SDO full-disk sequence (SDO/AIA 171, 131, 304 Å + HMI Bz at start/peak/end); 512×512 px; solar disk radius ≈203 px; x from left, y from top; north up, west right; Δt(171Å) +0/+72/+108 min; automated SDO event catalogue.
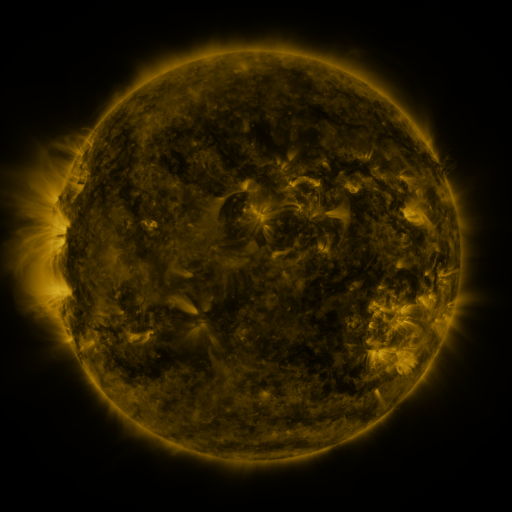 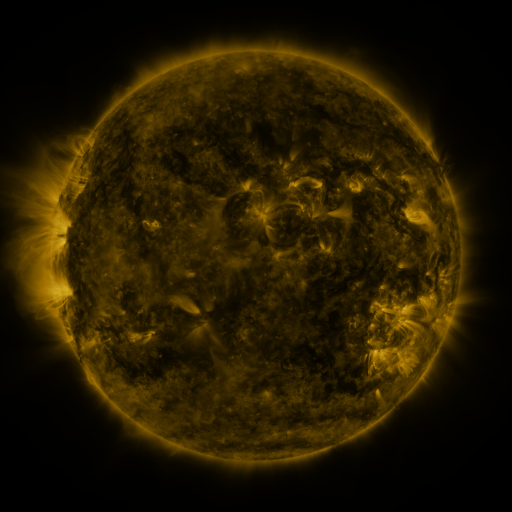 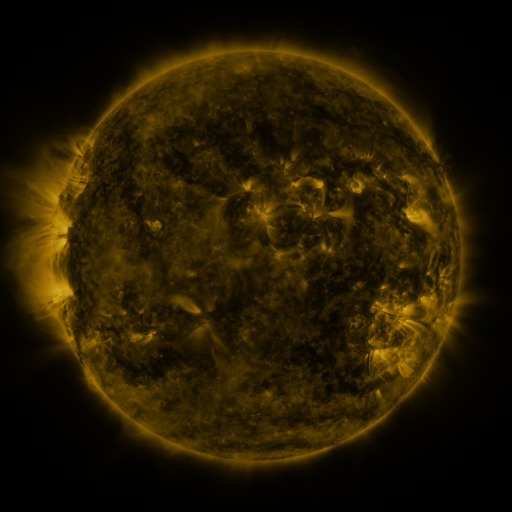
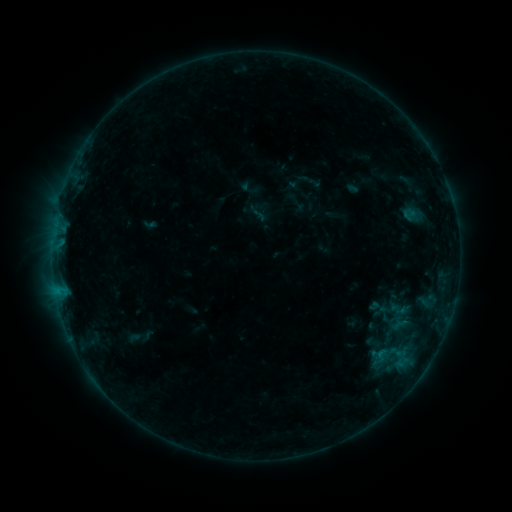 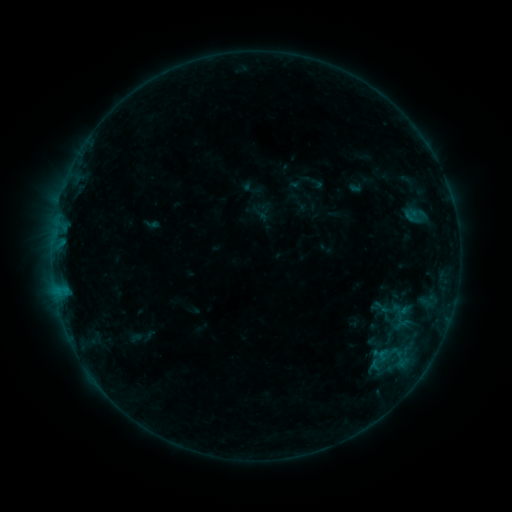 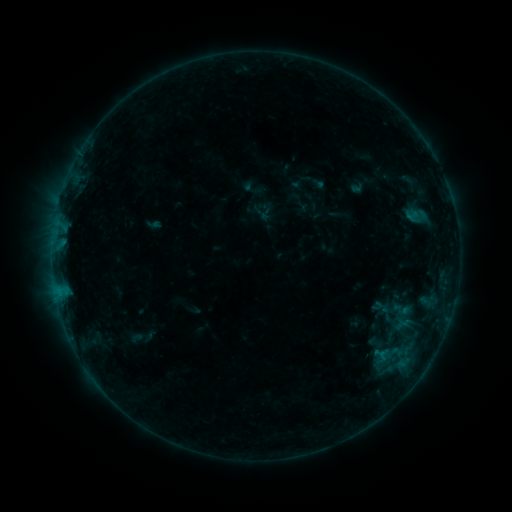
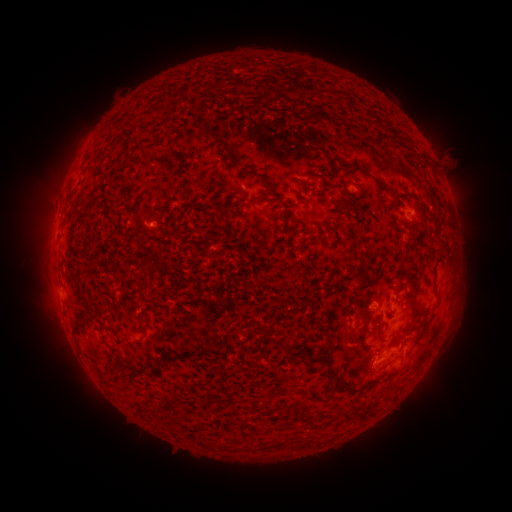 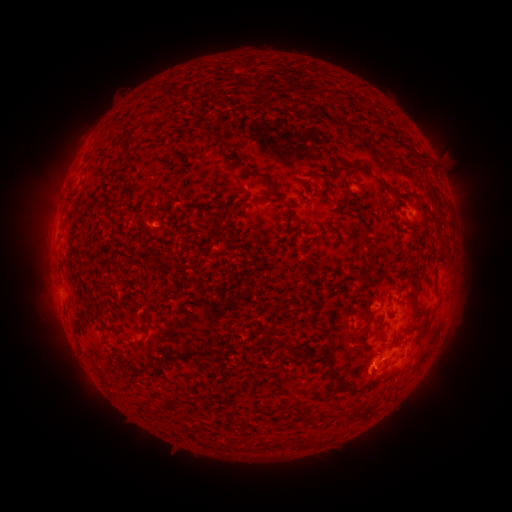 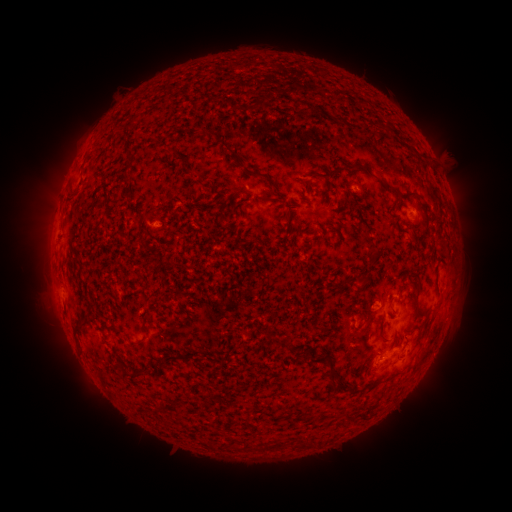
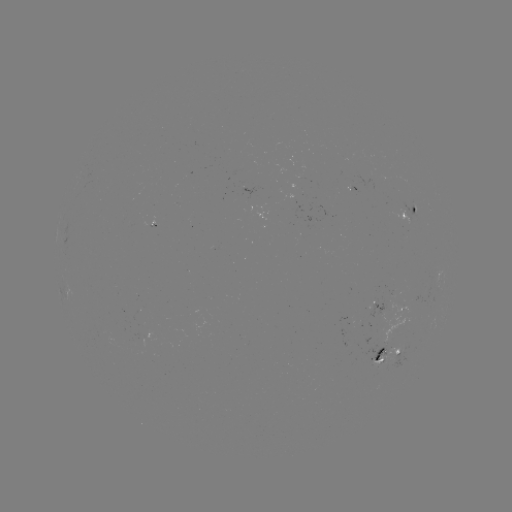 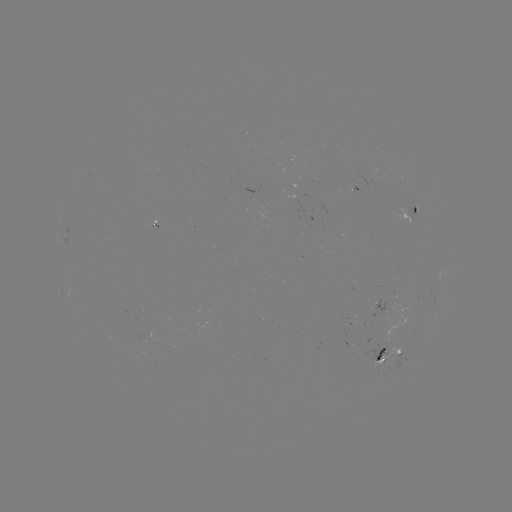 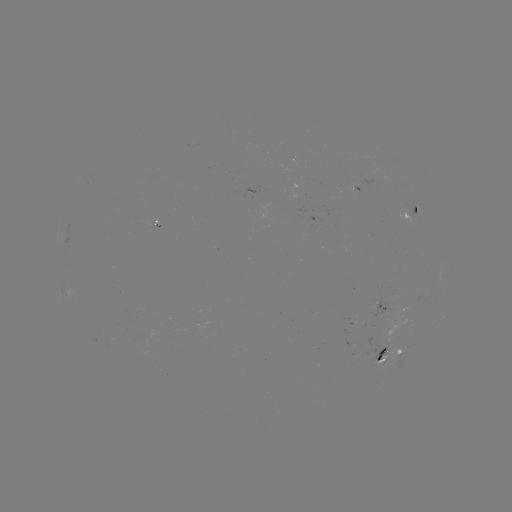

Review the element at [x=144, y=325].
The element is emerging-flux region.